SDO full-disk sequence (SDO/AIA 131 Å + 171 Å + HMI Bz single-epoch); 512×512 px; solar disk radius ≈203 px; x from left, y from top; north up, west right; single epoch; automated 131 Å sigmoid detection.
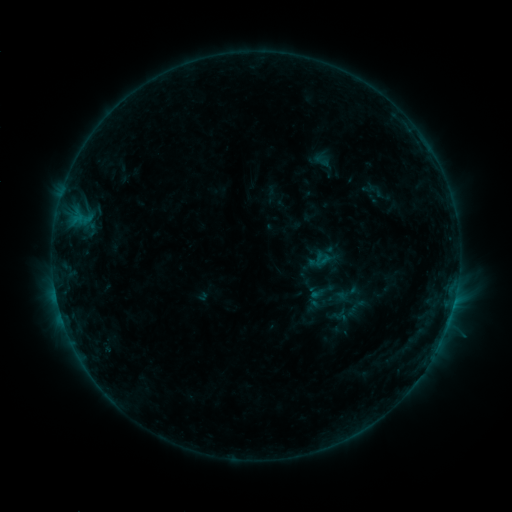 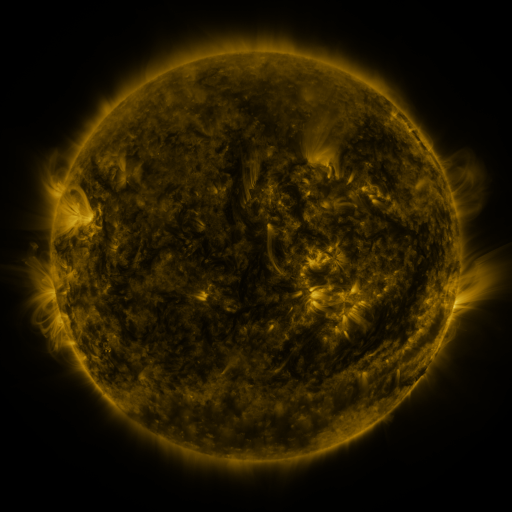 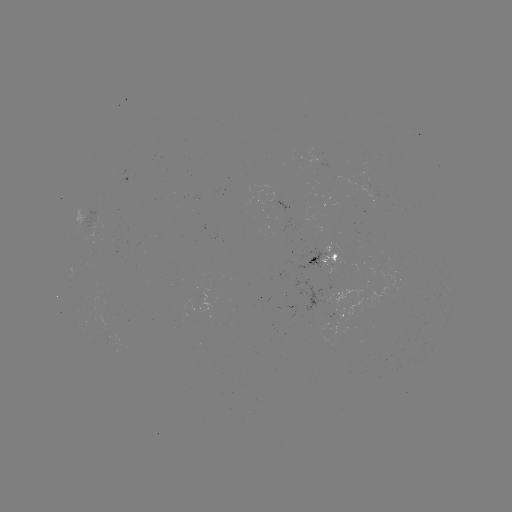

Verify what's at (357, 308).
sigmoid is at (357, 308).